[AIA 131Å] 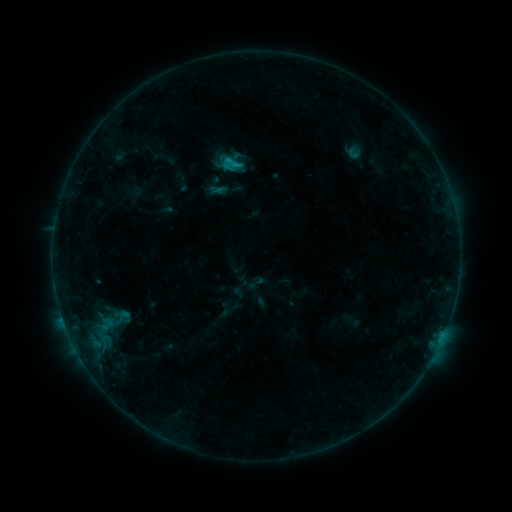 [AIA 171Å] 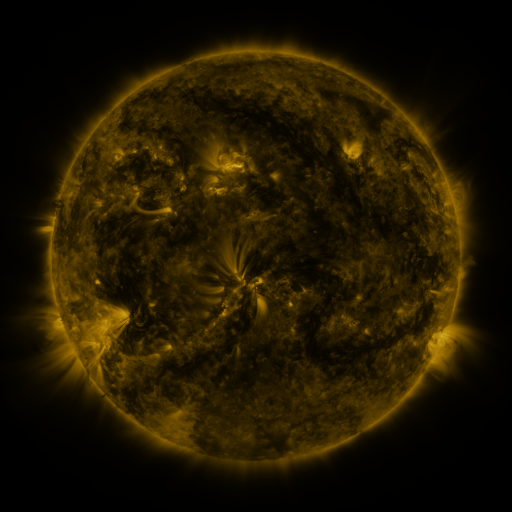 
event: sigmoid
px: (231, 163)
